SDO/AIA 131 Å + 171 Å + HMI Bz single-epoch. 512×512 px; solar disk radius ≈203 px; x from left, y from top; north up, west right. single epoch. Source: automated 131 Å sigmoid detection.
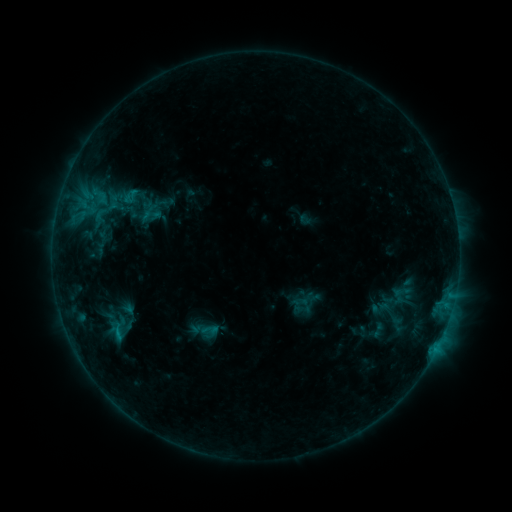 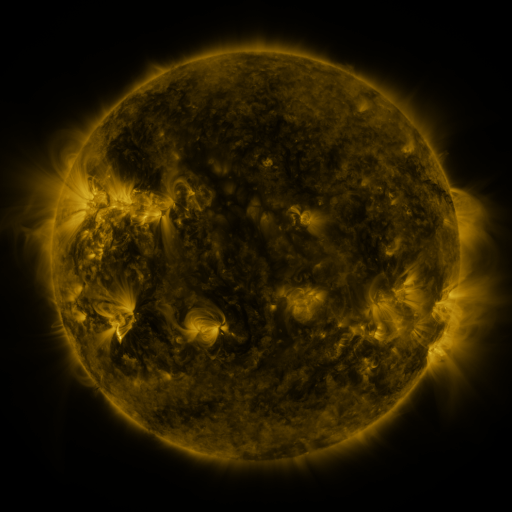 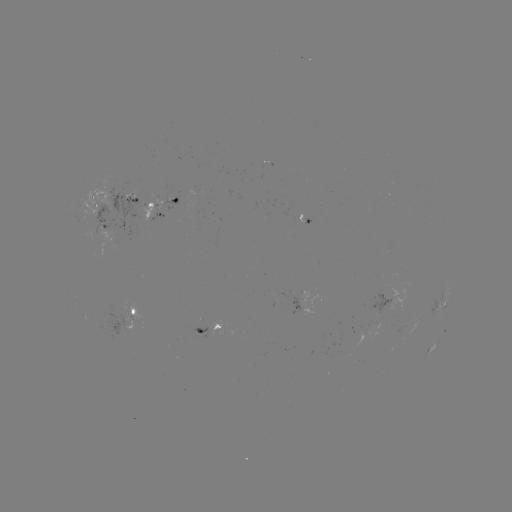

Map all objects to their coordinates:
sigmoid: (104, 210)
